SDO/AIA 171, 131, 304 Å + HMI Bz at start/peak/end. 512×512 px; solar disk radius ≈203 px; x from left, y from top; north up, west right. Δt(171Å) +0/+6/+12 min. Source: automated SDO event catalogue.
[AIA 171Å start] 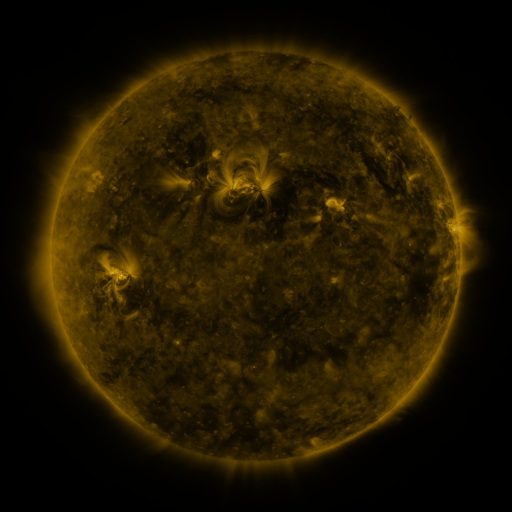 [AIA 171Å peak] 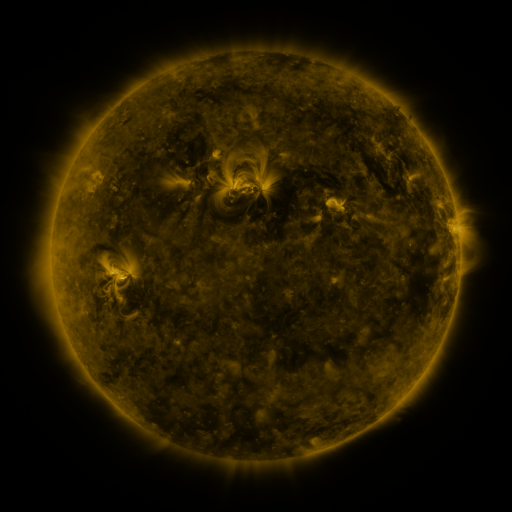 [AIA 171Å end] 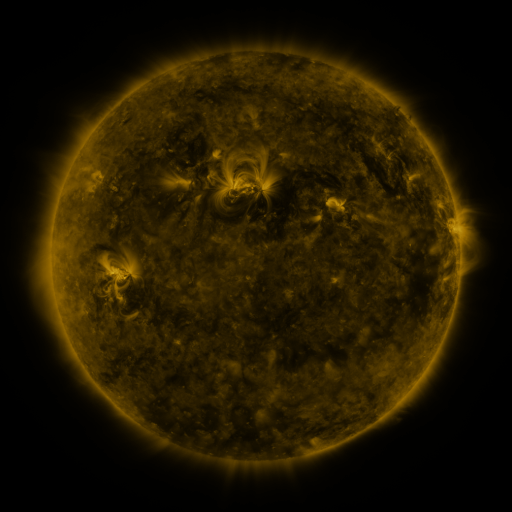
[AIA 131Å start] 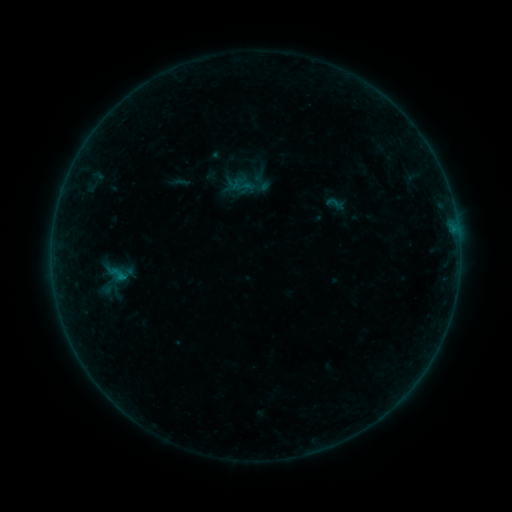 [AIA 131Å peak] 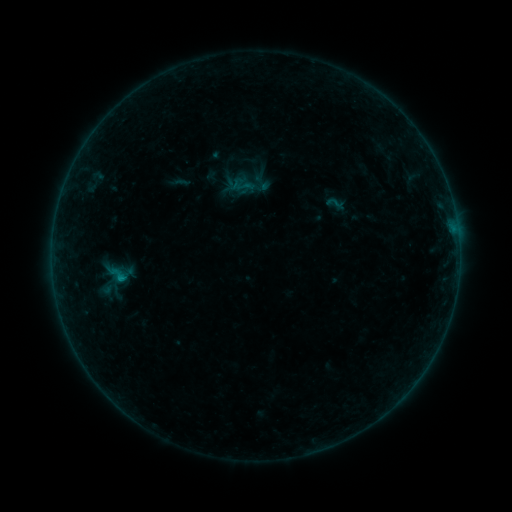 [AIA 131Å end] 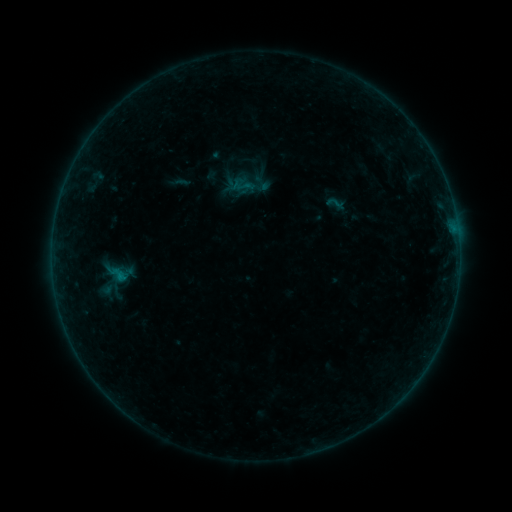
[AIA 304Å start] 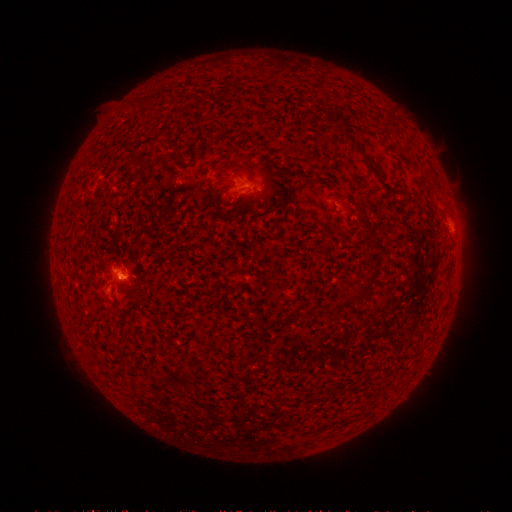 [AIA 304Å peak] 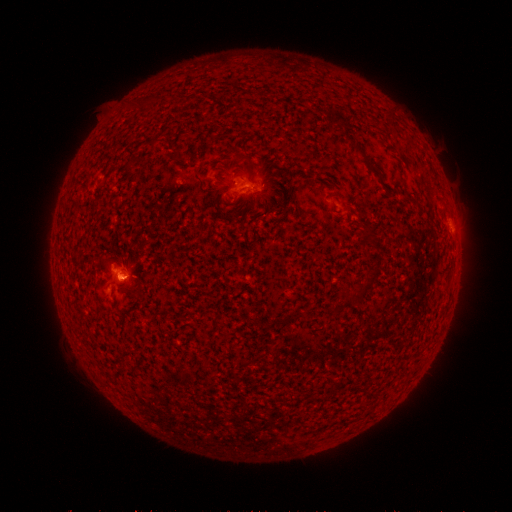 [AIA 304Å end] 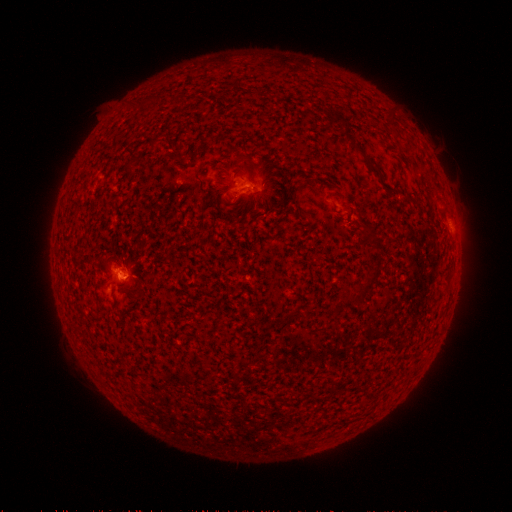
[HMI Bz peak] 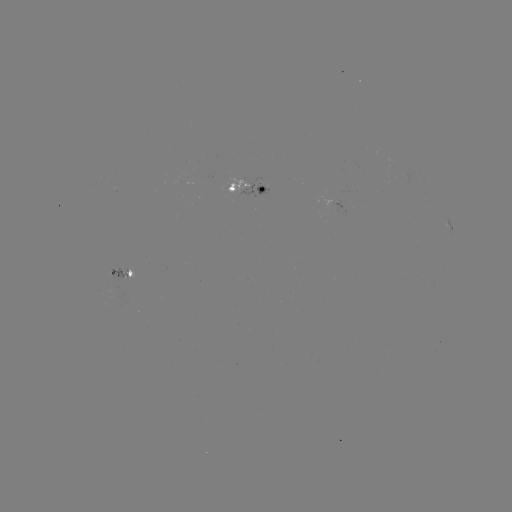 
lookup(B3.5 flare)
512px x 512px (122, 277)